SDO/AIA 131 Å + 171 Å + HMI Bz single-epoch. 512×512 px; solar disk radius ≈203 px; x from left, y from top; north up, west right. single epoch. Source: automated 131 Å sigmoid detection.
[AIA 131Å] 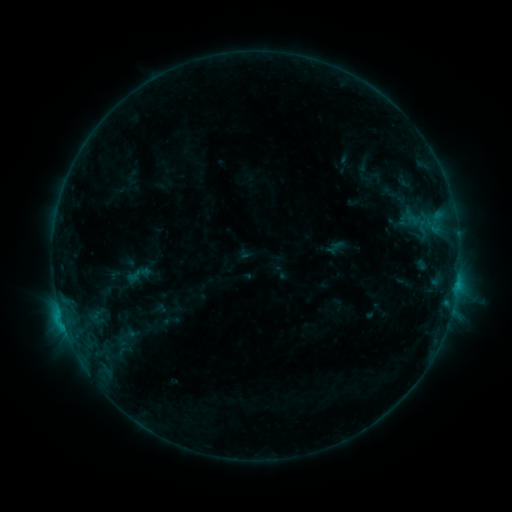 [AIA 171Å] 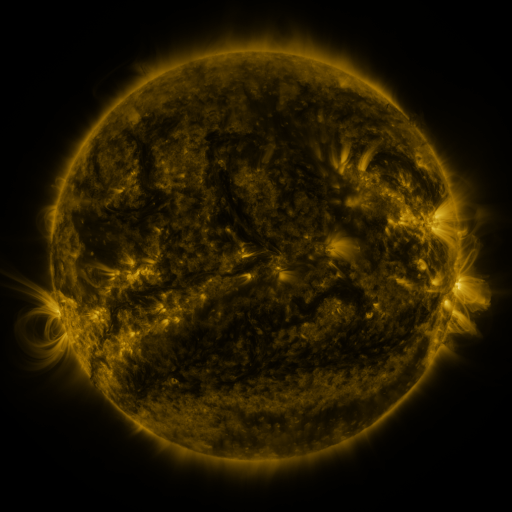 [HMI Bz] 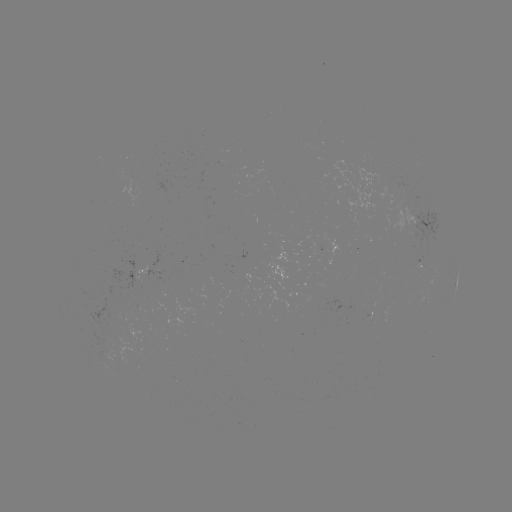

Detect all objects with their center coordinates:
sigmoid: (121, 260, 156, 289)
